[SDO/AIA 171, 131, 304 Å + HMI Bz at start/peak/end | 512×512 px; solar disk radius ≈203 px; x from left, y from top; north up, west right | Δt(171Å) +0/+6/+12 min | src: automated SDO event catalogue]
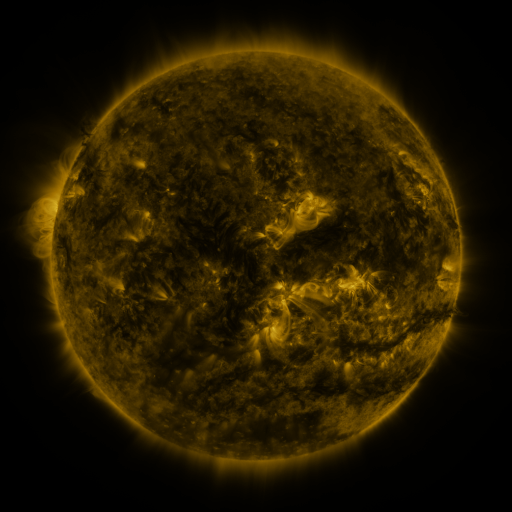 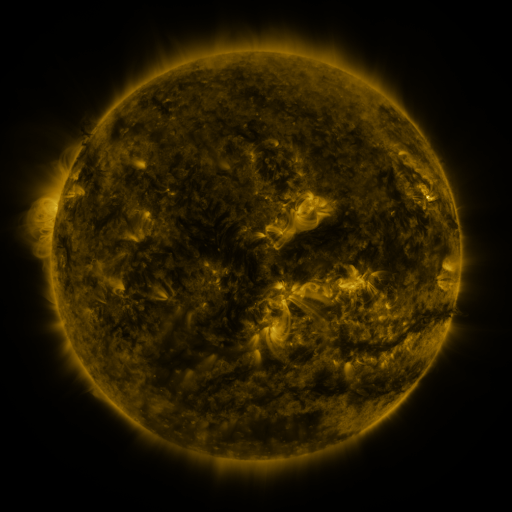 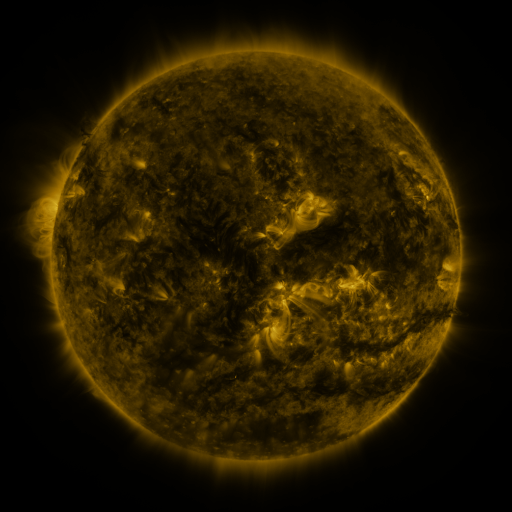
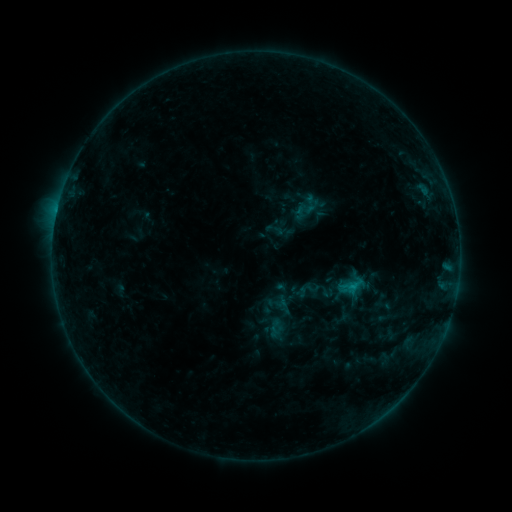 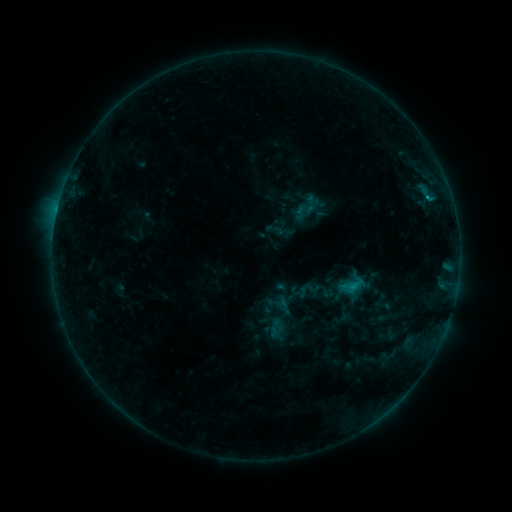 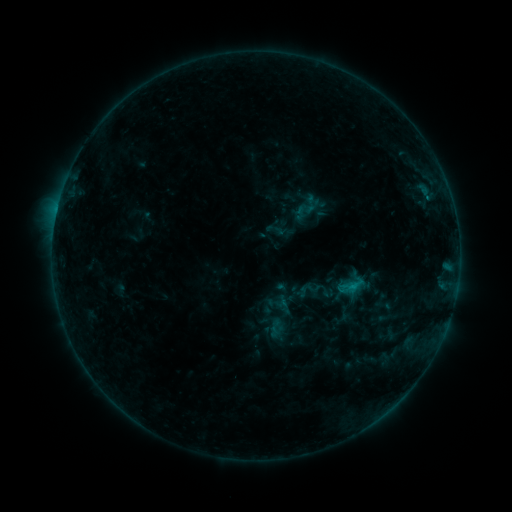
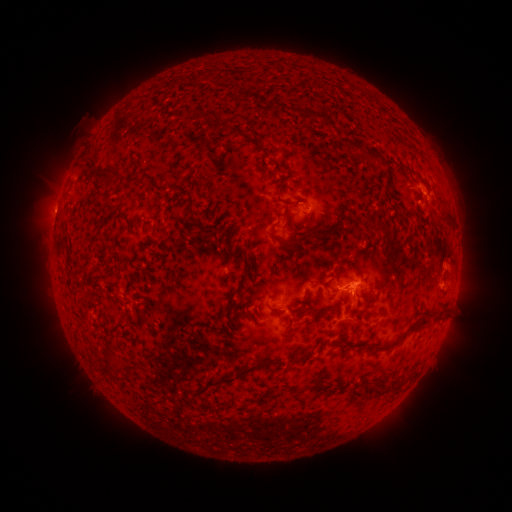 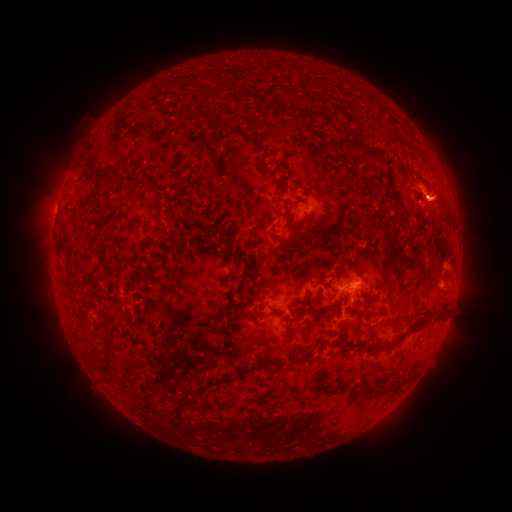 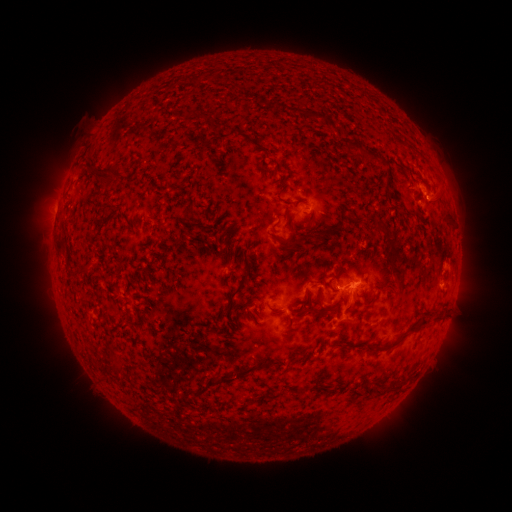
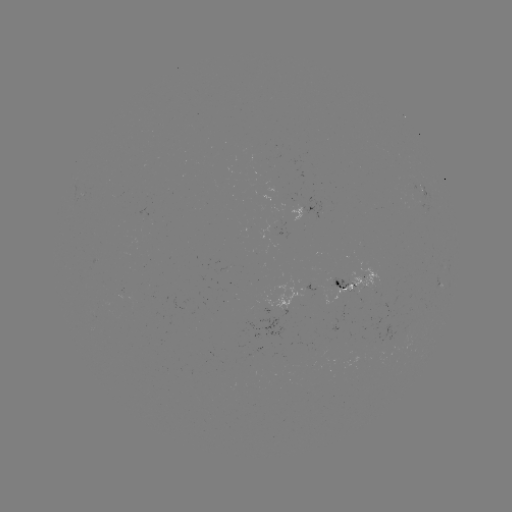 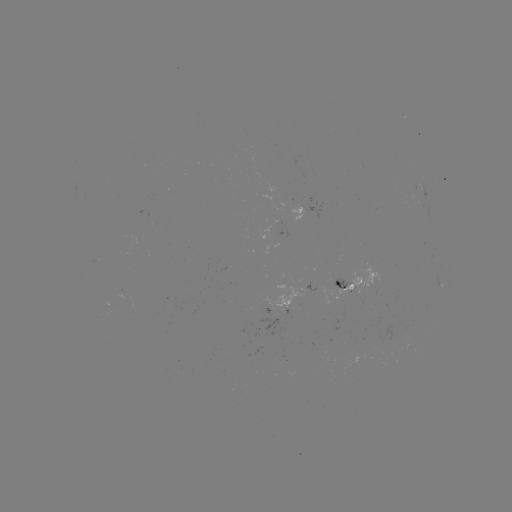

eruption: (406, 174, 466, 228)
